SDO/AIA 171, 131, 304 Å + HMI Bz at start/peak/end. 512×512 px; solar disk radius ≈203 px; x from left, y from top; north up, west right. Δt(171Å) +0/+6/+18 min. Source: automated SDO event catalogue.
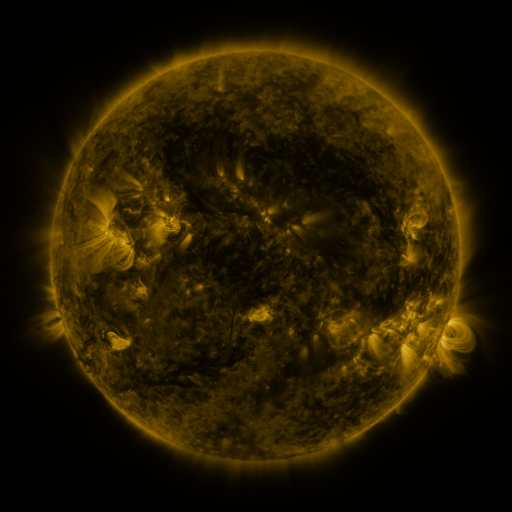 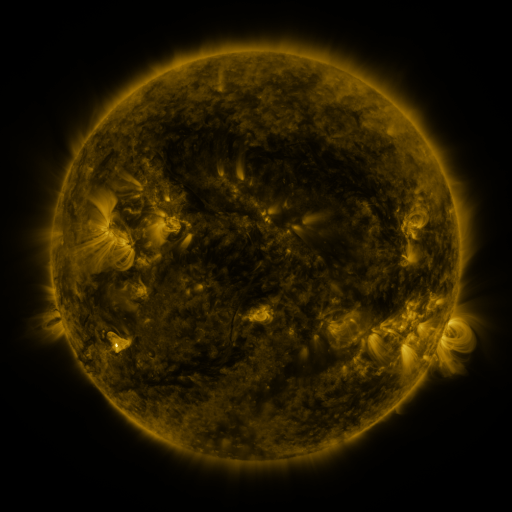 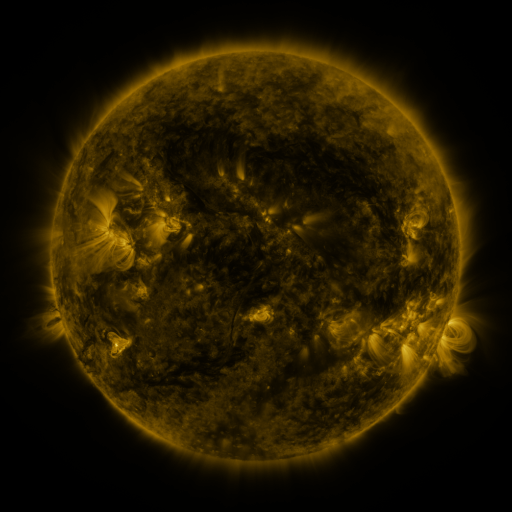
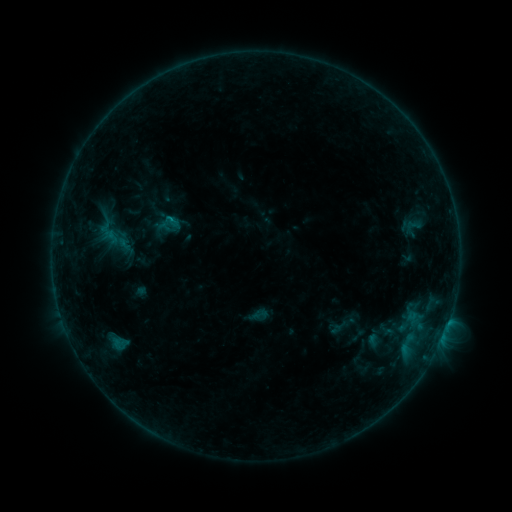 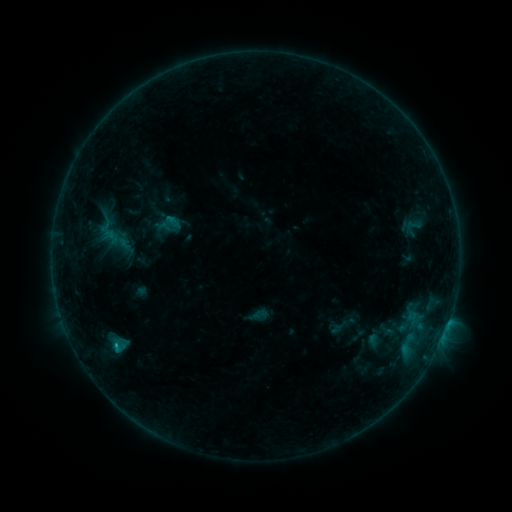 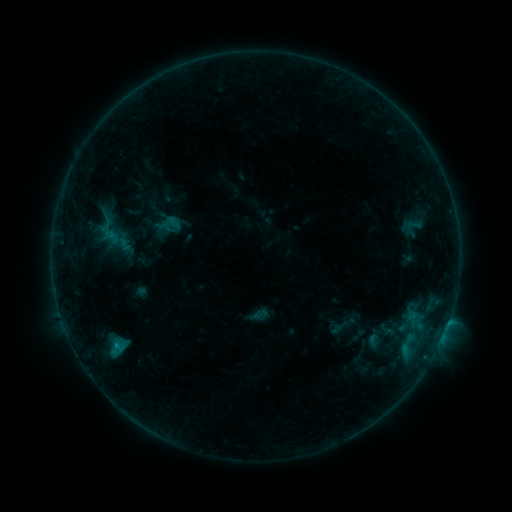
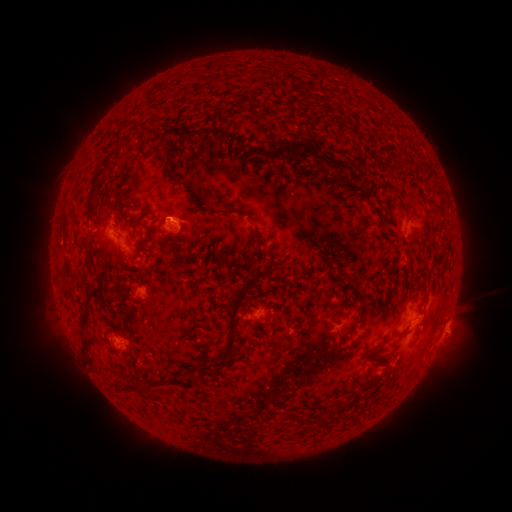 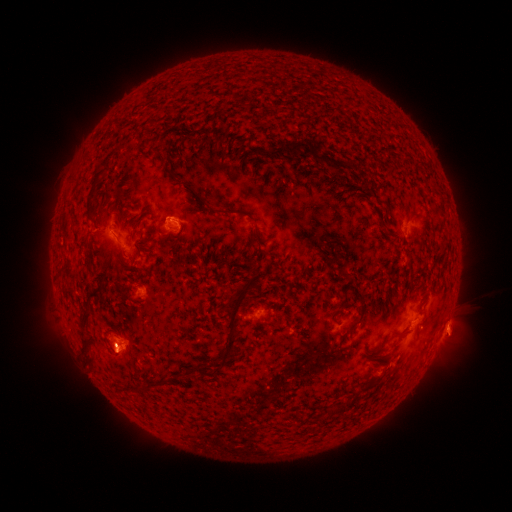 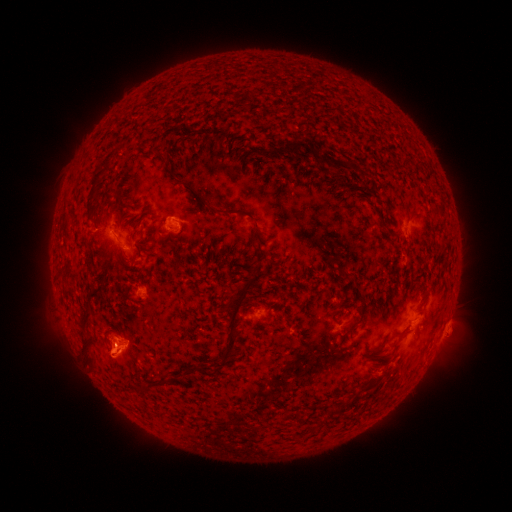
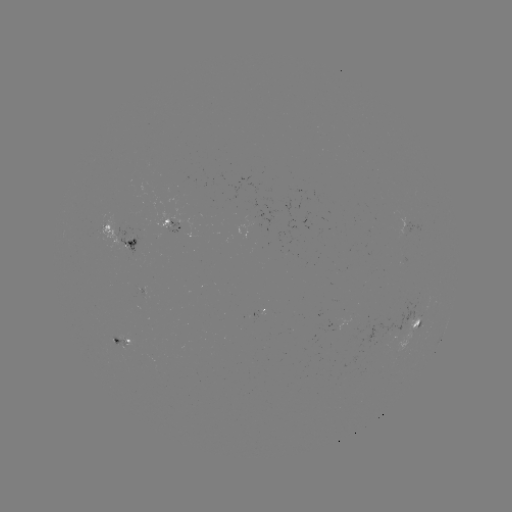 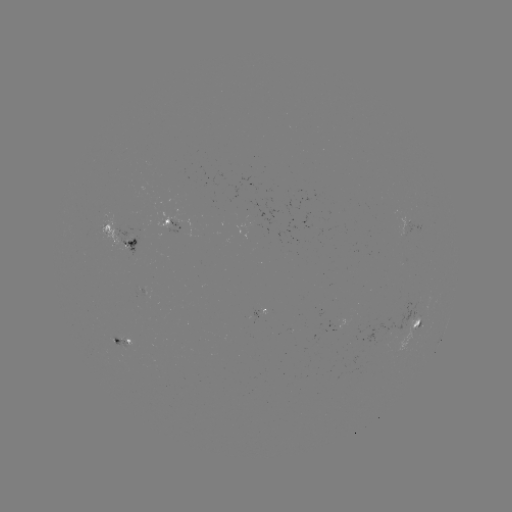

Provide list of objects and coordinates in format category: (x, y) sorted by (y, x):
eruption: (117, 353)
